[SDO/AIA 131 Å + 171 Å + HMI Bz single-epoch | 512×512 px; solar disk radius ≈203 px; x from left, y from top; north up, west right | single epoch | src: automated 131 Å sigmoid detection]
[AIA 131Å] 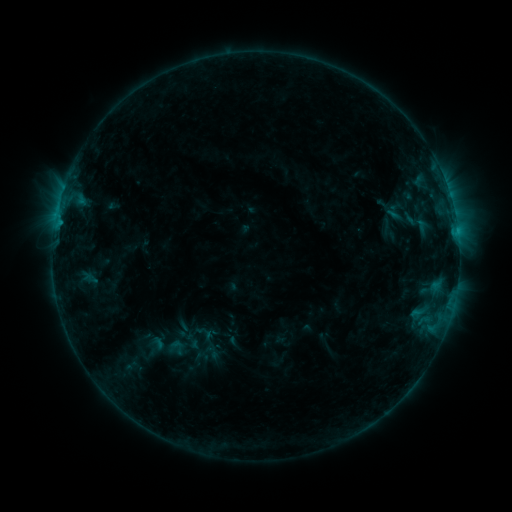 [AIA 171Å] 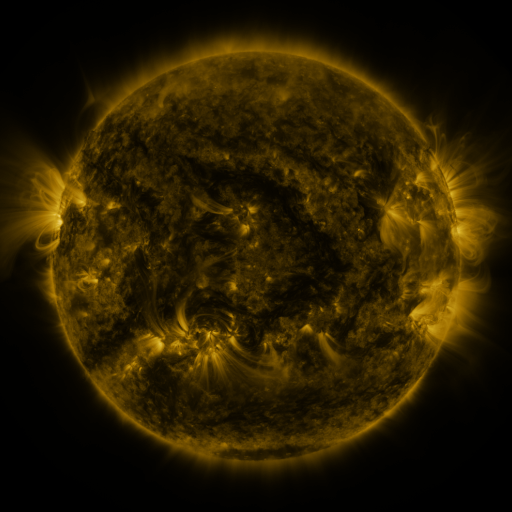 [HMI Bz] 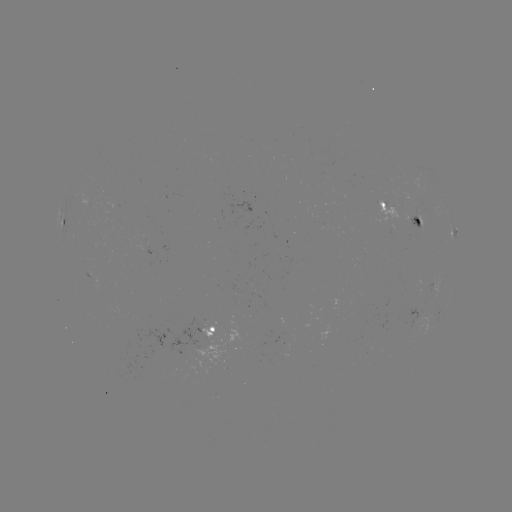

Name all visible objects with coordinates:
sigmoid: <bbox>165, 338, 189, 357</bbox>
